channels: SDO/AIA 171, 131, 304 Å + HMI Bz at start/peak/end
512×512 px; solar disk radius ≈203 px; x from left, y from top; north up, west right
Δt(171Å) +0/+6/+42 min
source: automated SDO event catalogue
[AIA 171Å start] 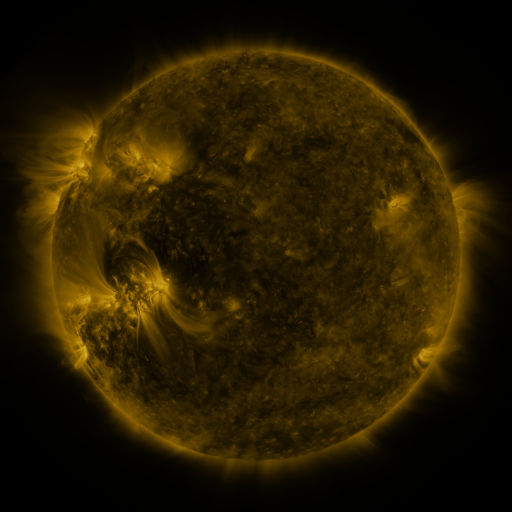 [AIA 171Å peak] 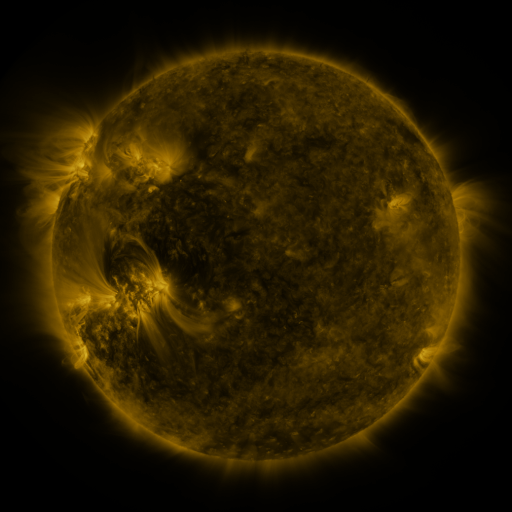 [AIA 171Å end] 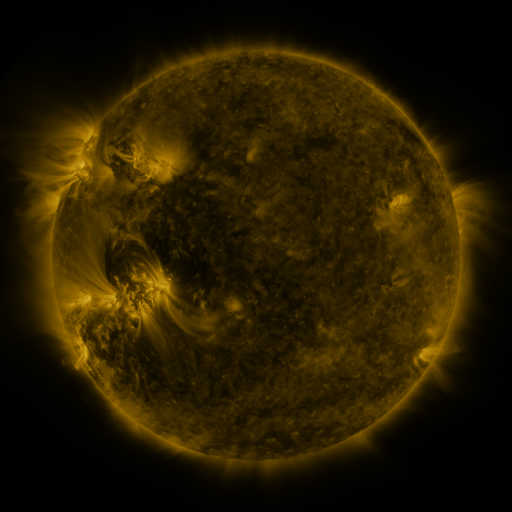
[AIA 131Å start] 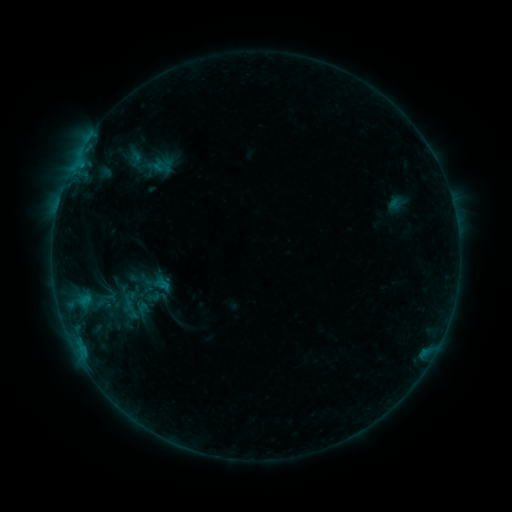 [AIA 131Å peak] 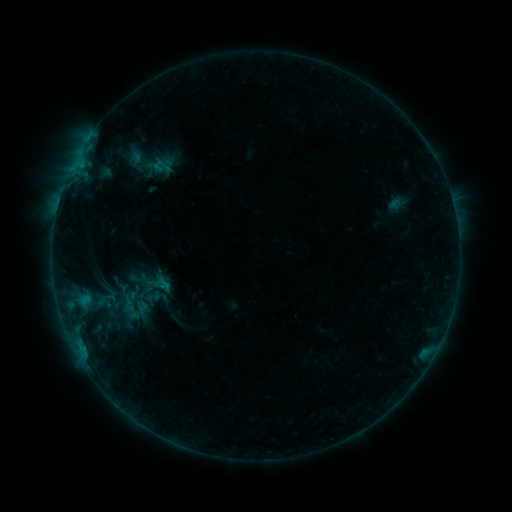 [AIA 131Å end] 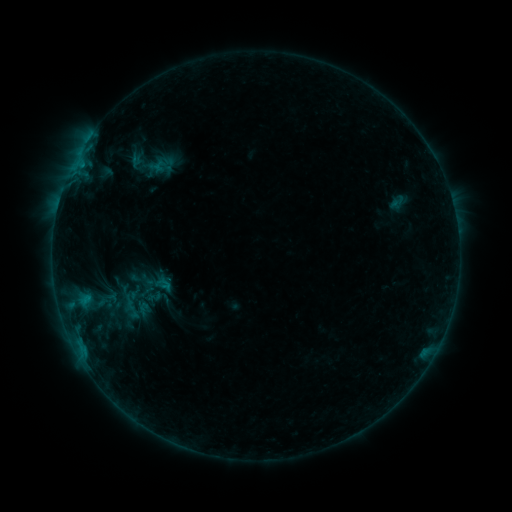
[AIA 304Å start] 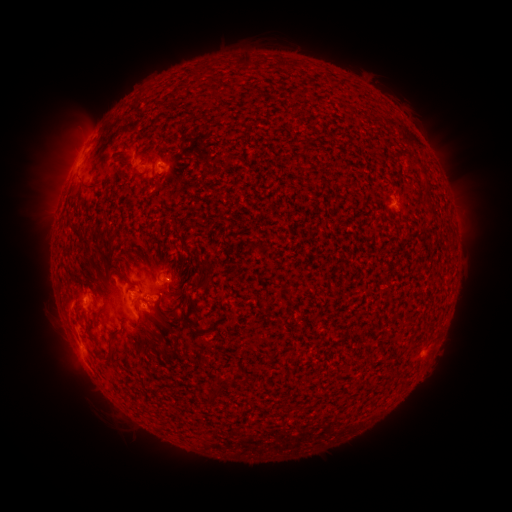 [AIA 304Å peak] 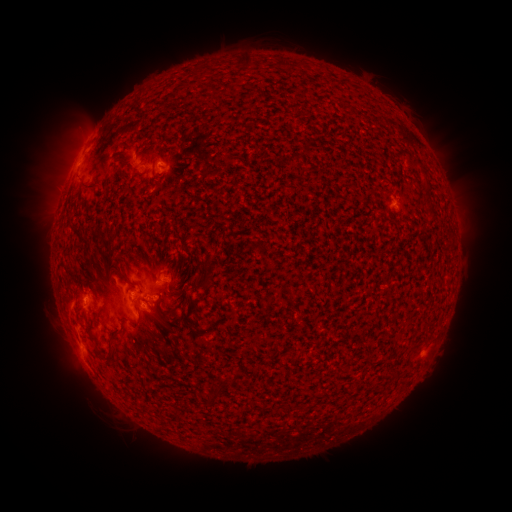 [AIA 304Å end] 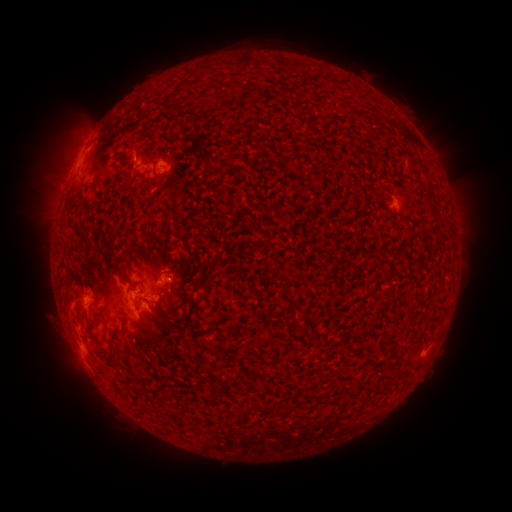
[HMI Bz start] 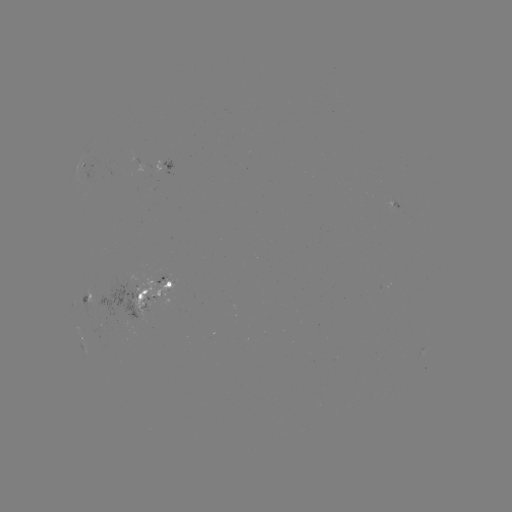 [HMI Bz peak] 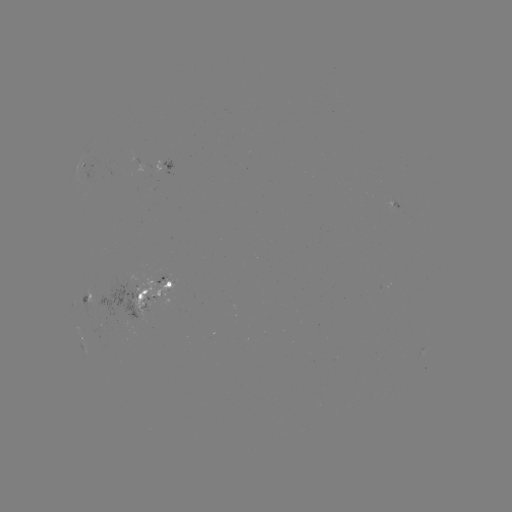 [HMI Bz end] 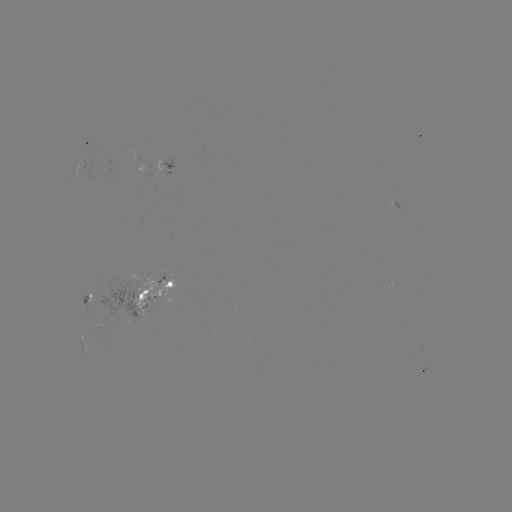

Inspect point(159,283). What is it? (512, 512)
emerging-flux region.